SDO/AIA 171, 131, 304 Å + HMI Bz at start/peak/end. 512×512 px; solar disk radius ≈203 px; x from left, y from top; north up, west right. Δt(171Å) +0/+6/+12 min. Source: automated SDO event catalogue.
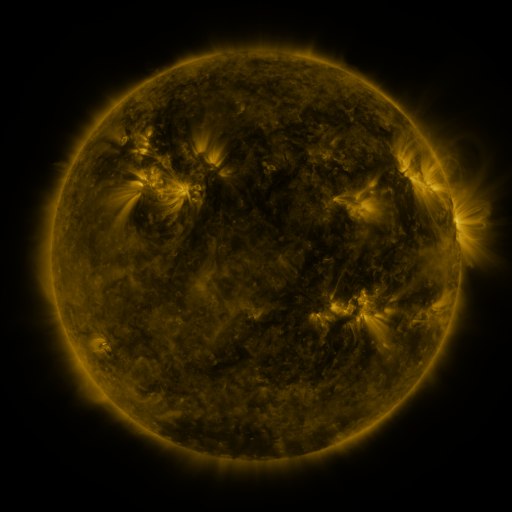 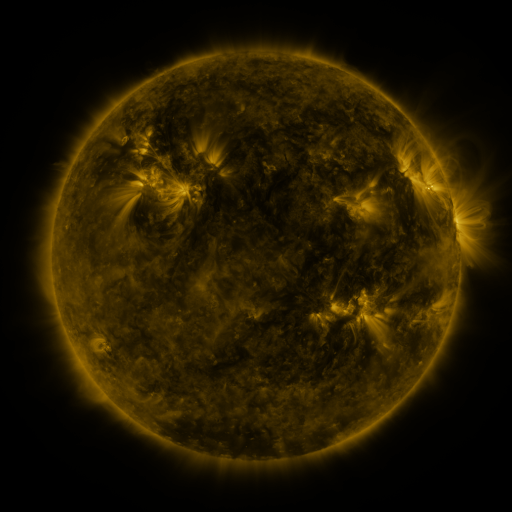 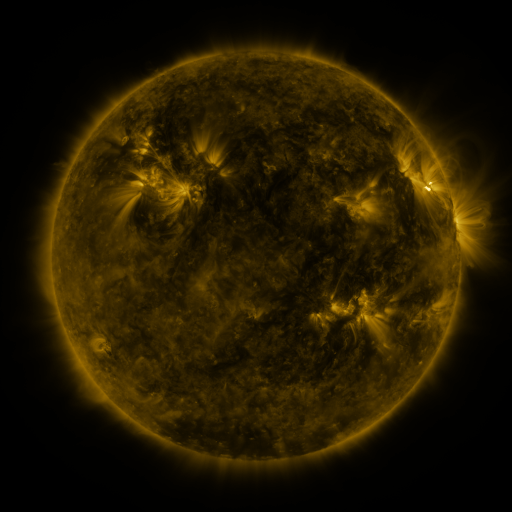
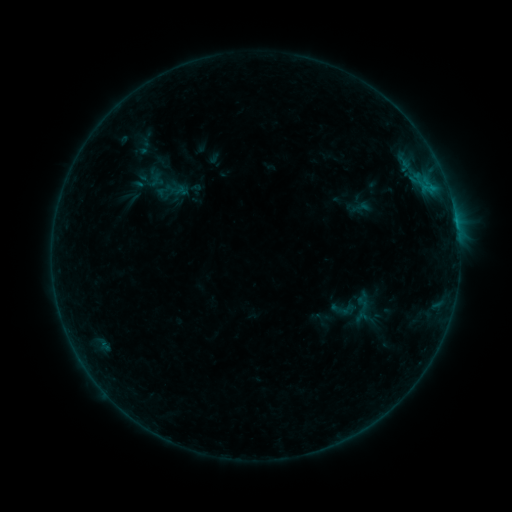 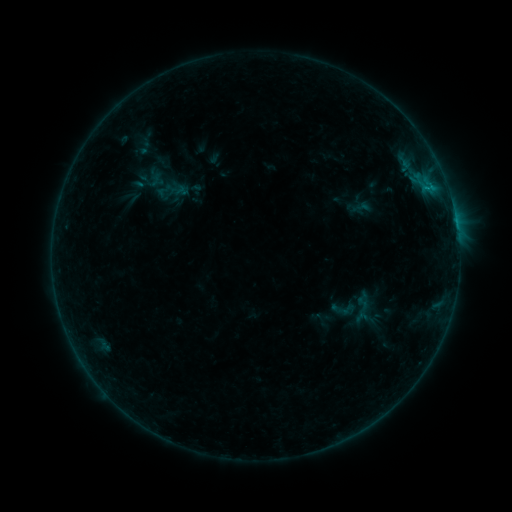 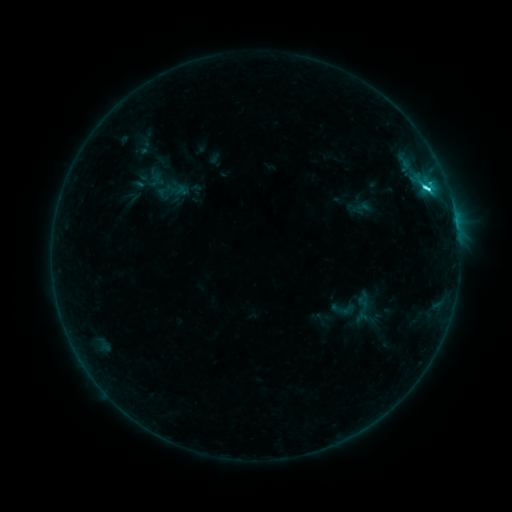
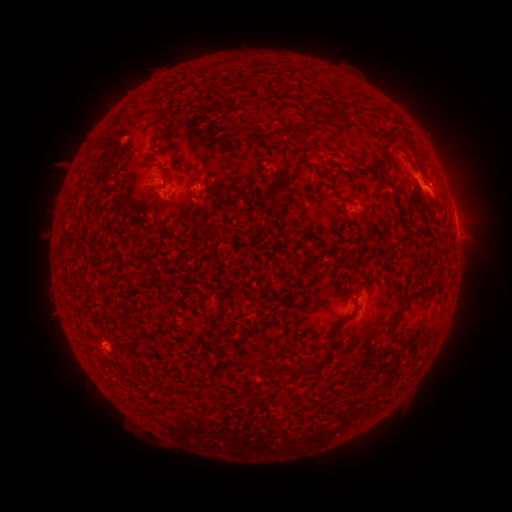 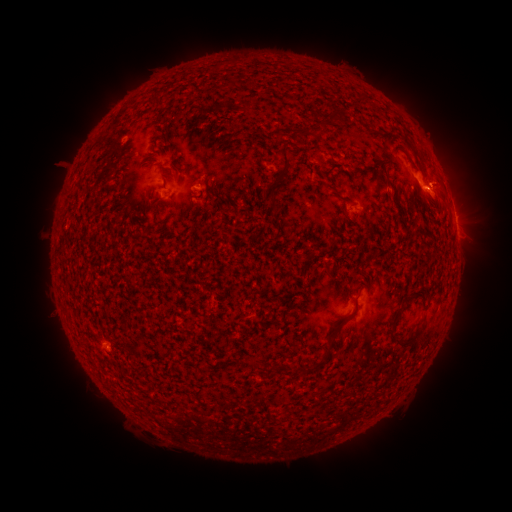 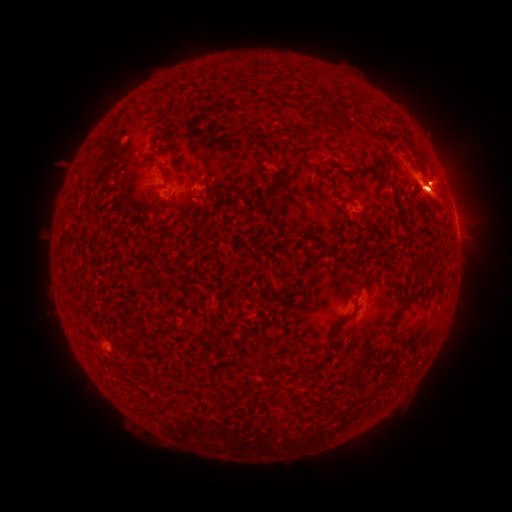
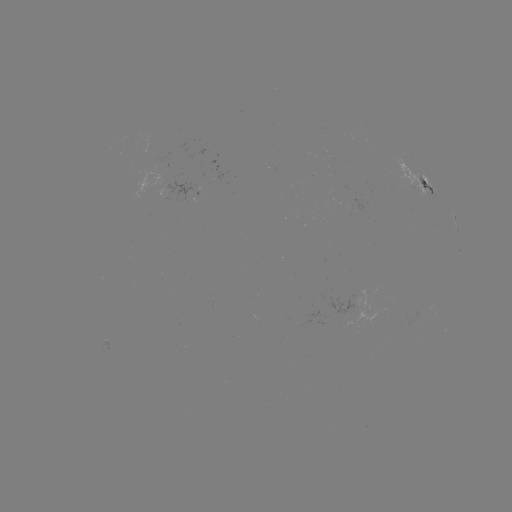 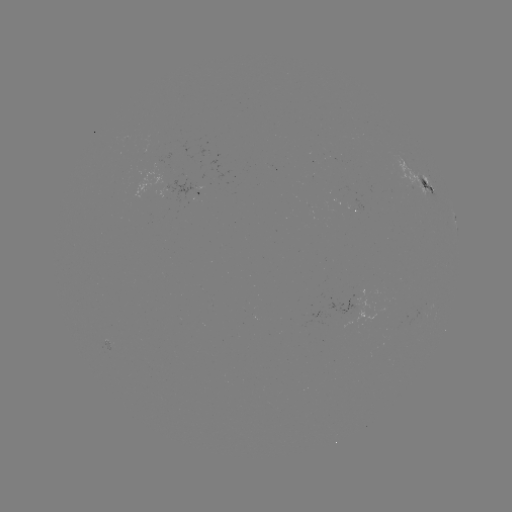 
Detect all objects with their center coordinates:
C2.9 flare: (456, 223)
